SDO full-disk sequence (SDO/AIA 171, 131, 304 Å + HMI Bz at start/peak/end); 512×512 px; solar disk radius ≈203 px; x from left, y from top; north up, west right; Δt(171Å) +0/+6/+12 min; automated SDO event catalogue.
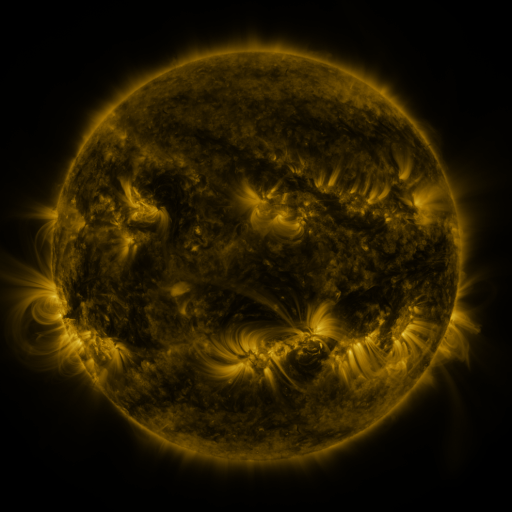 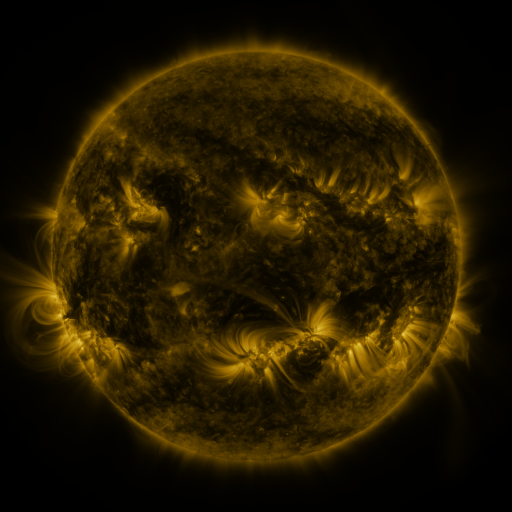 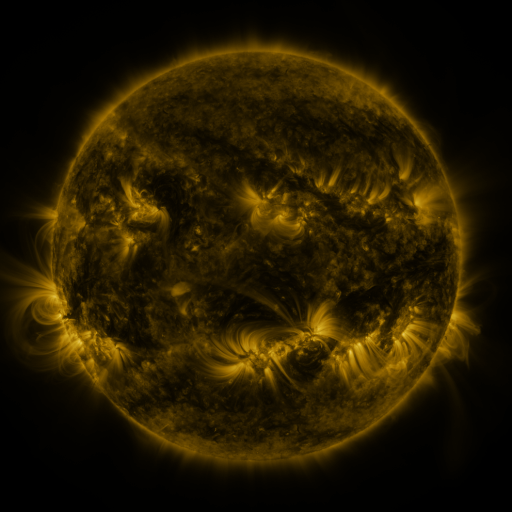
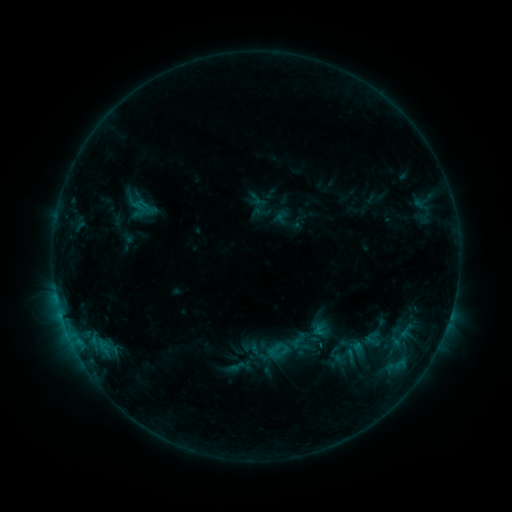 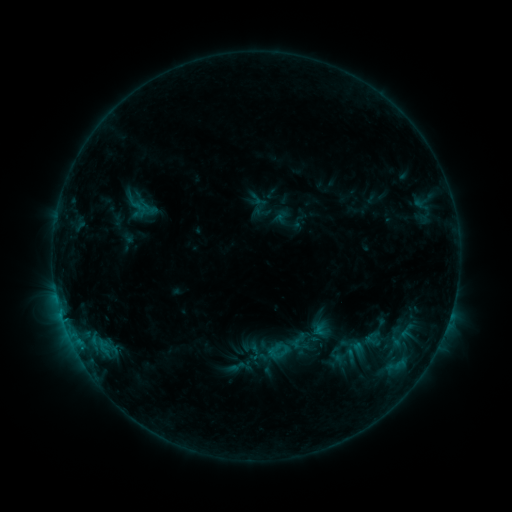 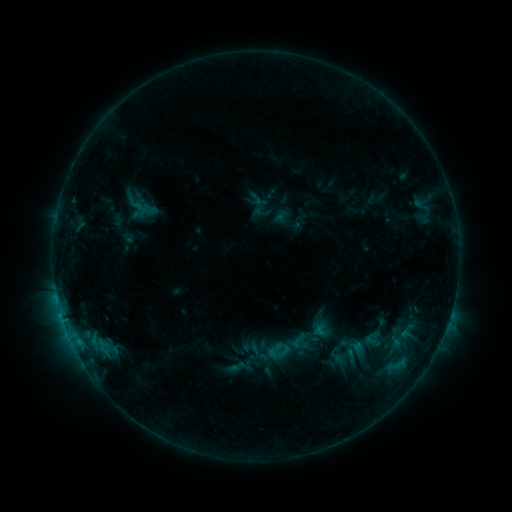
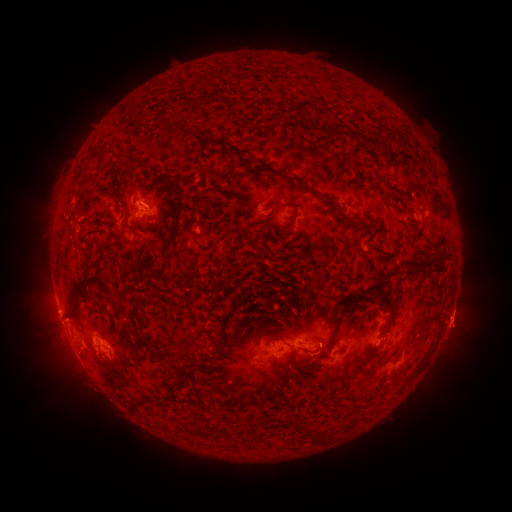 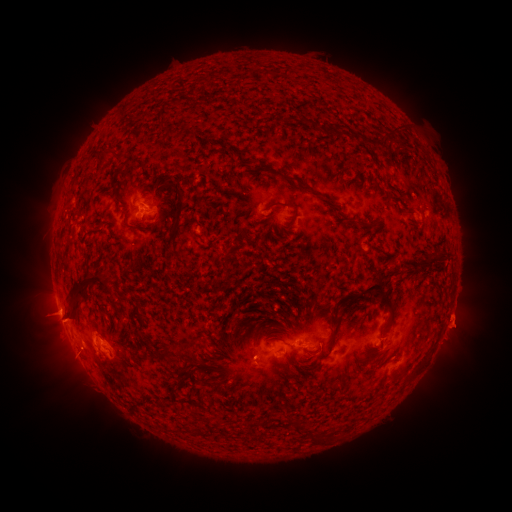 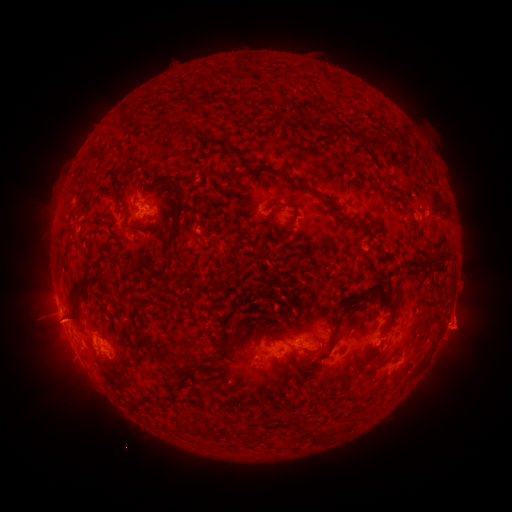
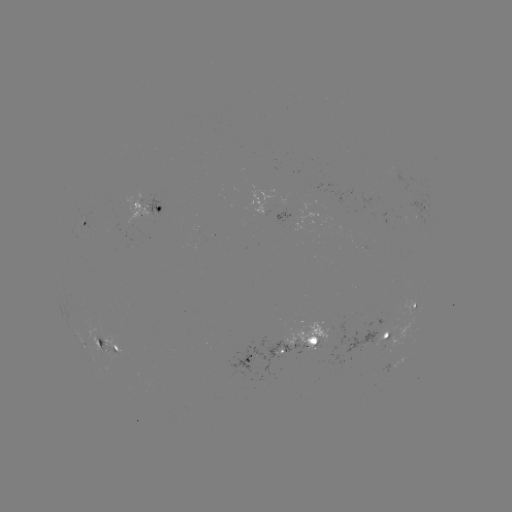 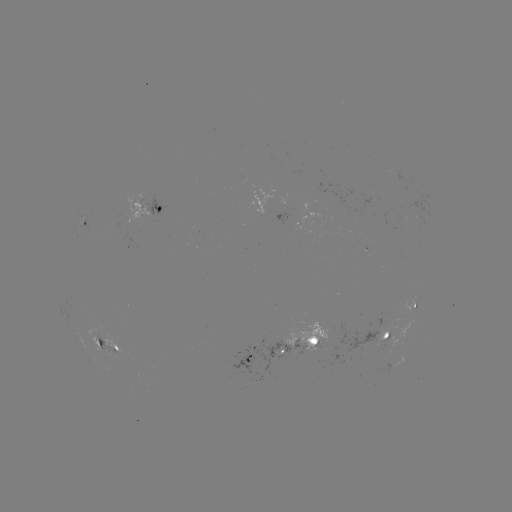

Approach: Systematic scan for eruption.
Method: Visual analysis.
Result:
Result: eruption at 47,319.